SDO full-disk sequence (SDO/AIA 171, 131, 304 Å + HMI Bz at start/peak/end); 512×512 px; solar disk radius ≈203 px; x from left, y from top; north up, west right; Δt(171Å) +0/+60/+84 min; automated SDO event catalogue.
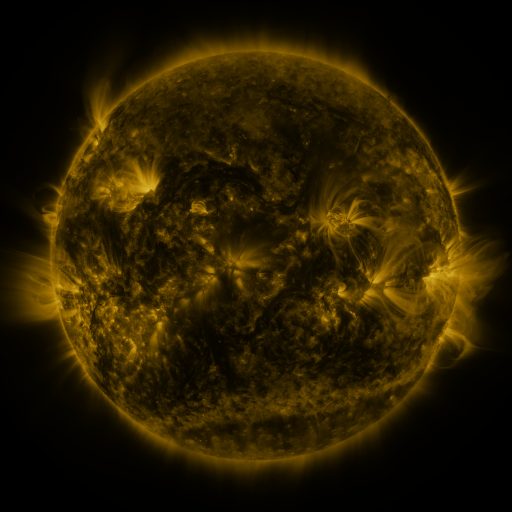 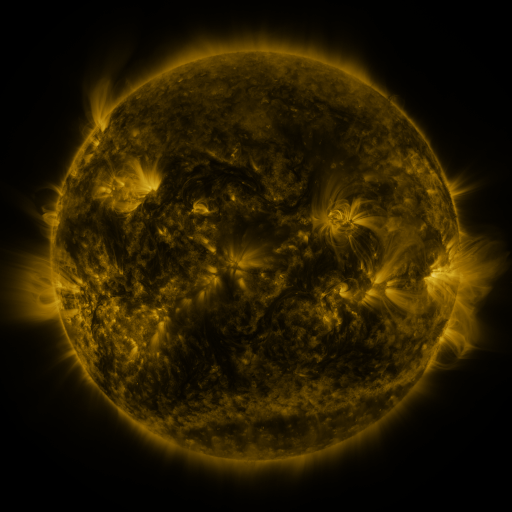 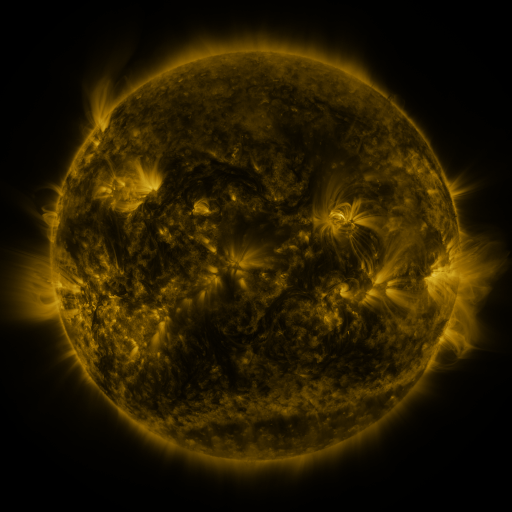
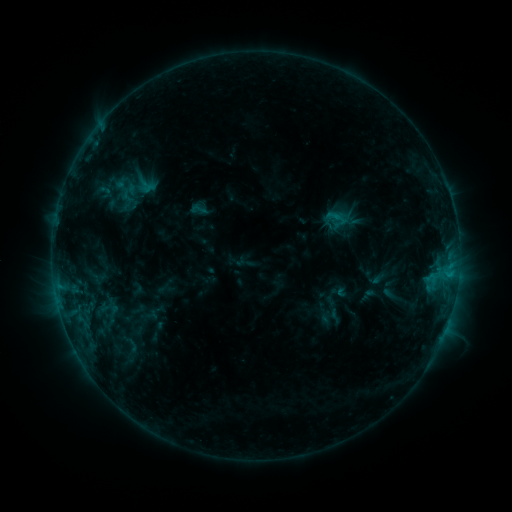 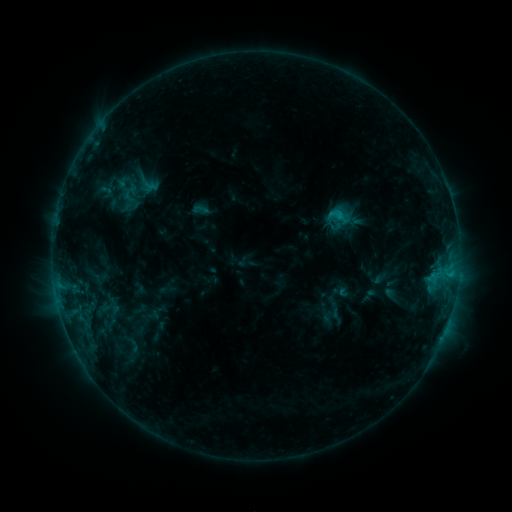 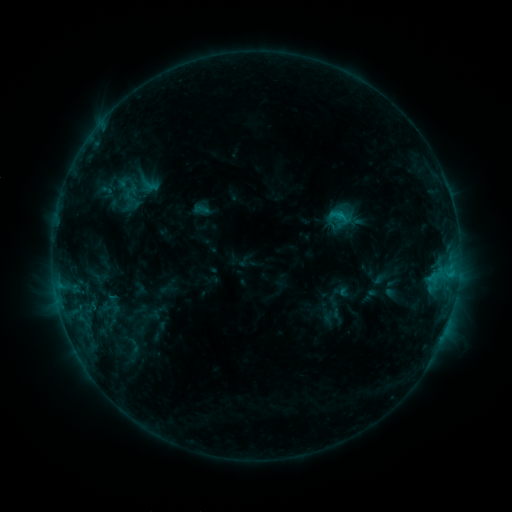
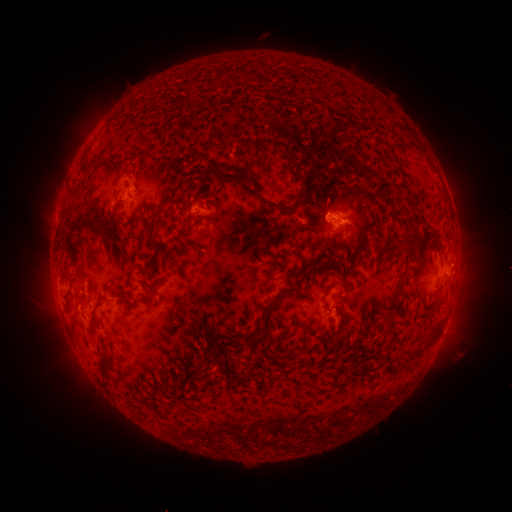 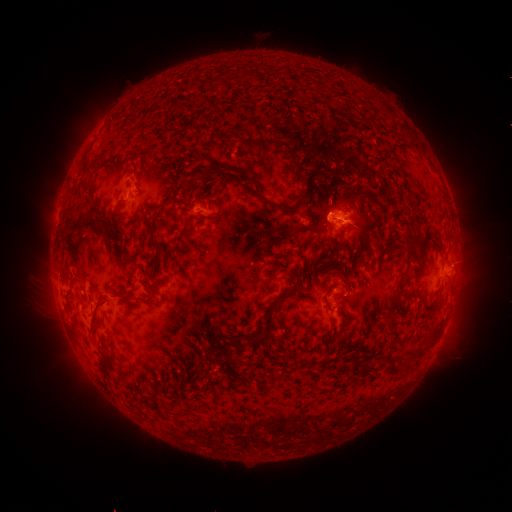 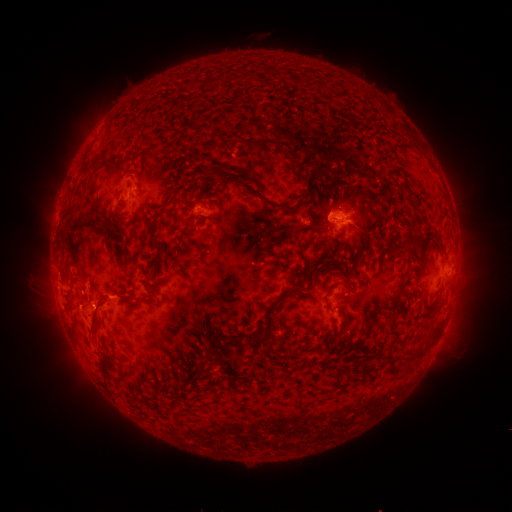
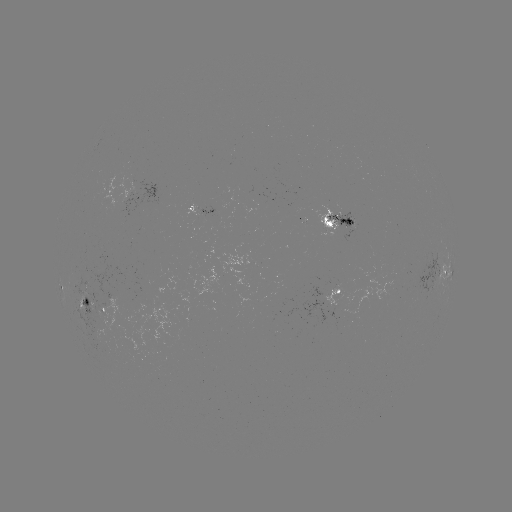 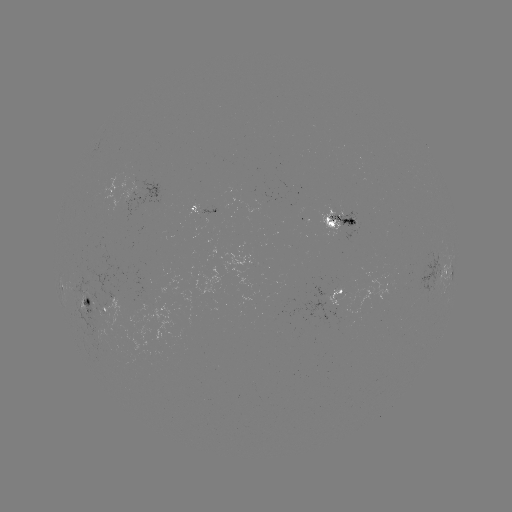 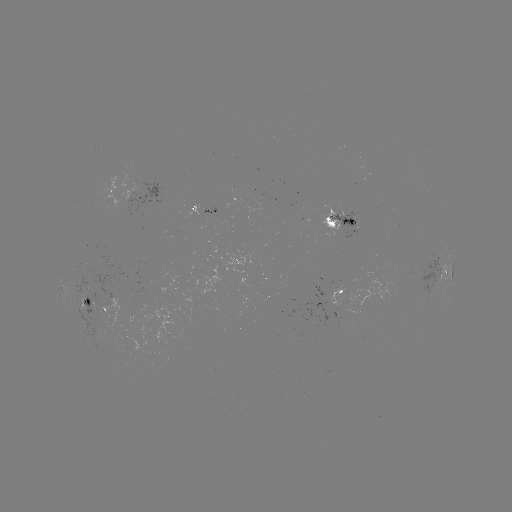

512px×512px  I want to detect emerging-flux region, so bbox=[327, 213, 357, 231].